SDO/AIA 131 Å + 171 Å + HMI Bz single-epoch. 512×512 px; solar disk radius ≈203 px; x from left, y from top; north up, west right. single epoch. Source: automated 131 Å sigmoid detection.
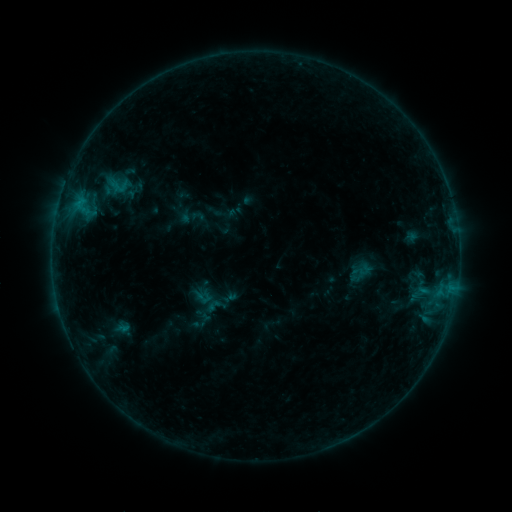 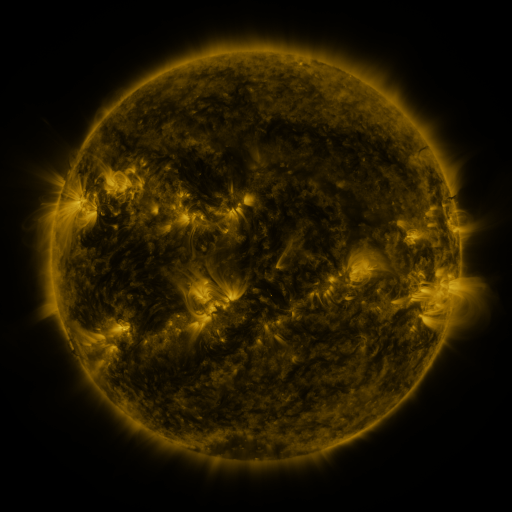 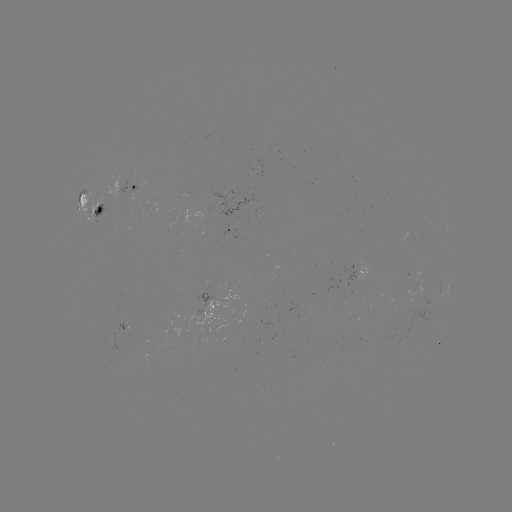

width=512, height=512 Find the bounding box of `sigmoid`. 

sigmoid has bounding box [107, 173, 130, 197].